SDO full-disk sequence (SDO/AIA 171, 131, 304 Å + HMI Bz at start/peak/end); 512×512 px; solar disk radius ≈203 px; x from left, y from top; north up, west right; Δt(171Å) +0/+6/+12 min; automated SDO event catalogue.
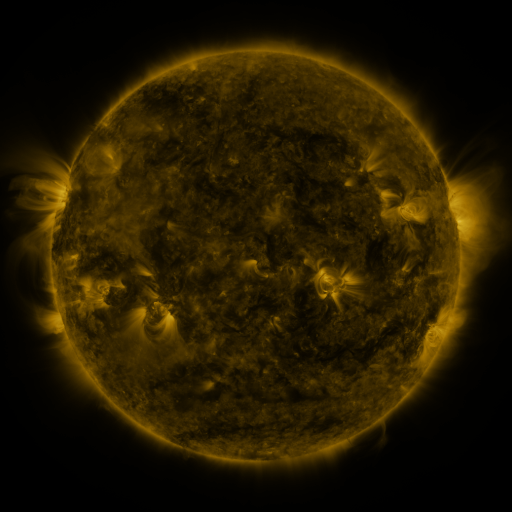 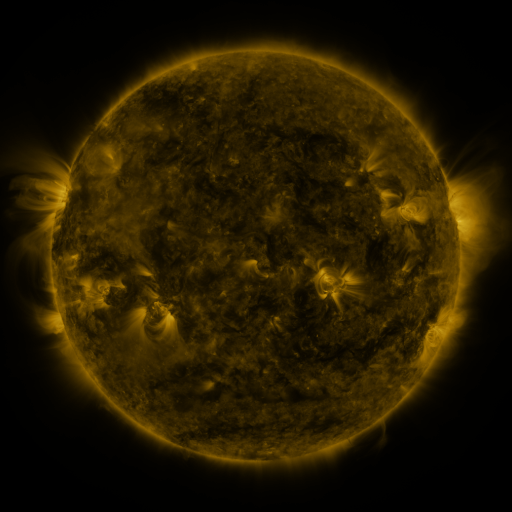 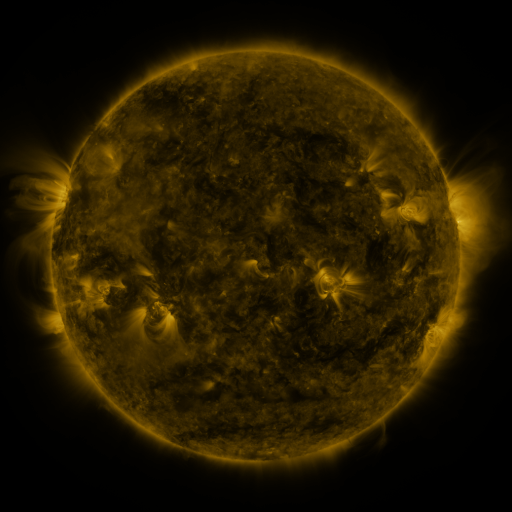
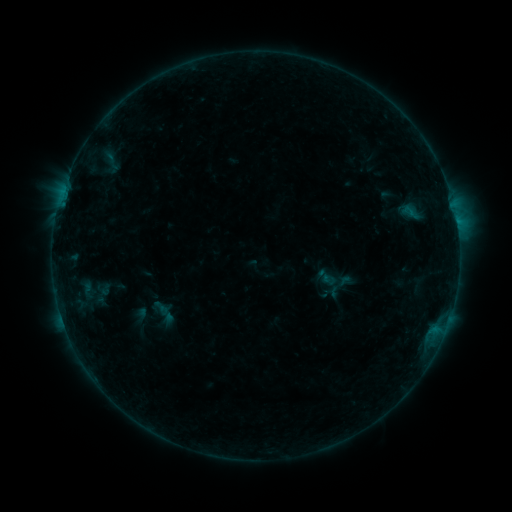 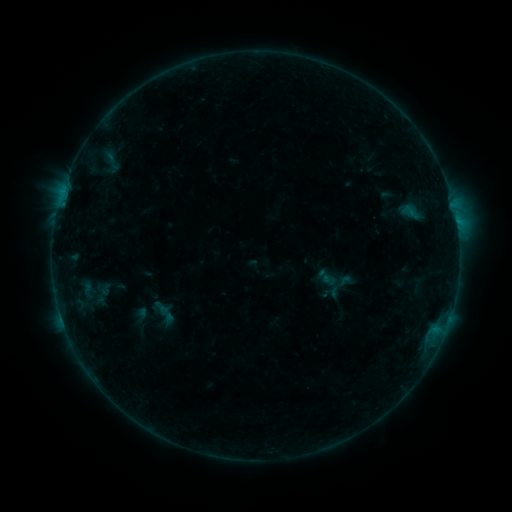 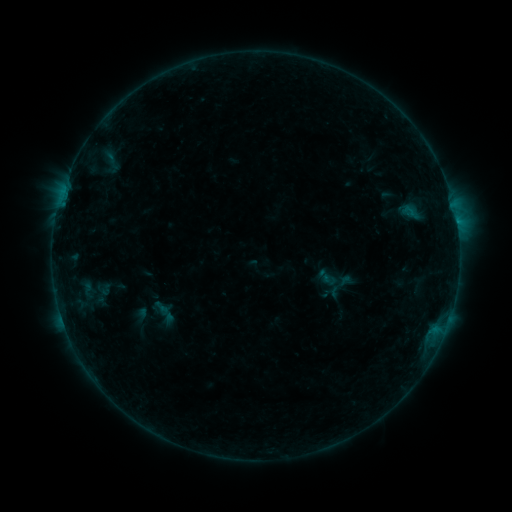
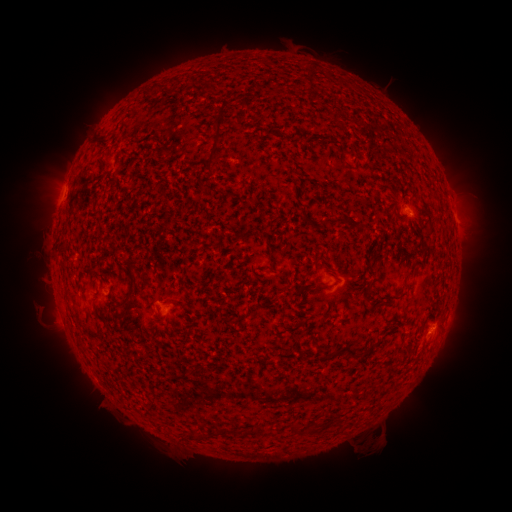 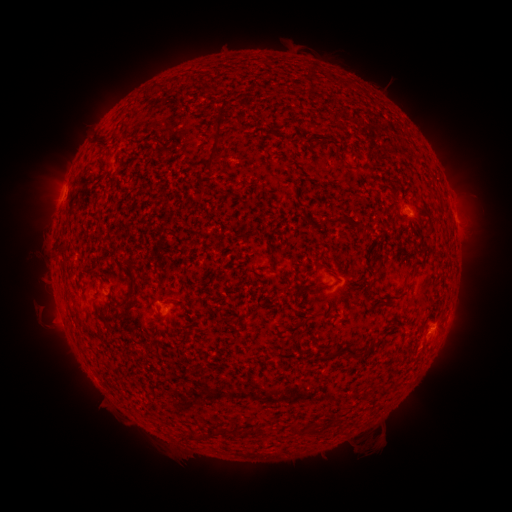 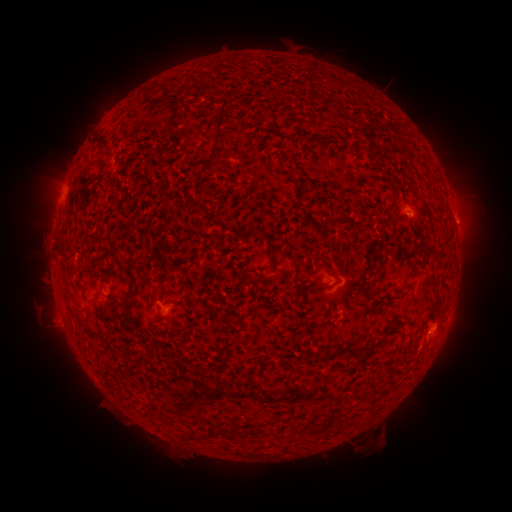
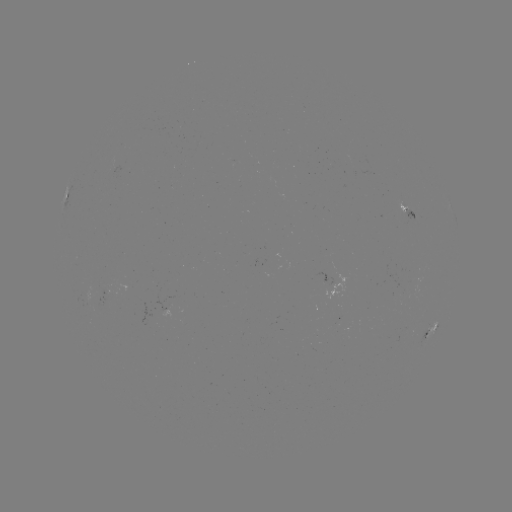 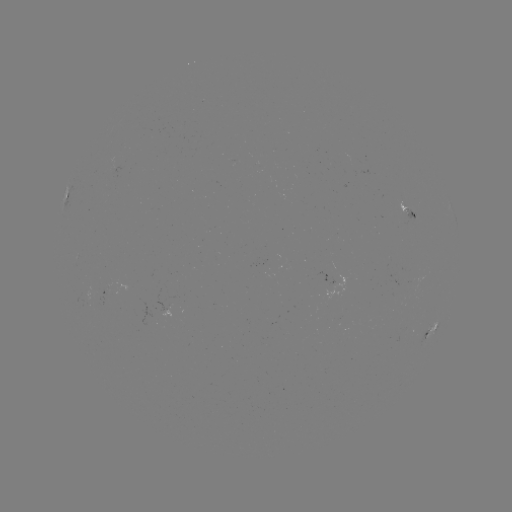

no catalogued flare and no flagged EUV brightening in this window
